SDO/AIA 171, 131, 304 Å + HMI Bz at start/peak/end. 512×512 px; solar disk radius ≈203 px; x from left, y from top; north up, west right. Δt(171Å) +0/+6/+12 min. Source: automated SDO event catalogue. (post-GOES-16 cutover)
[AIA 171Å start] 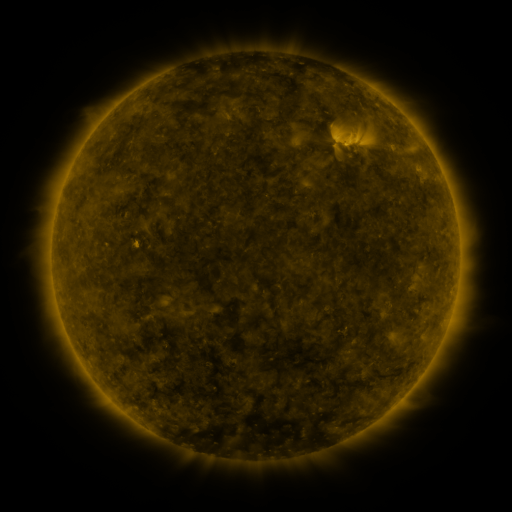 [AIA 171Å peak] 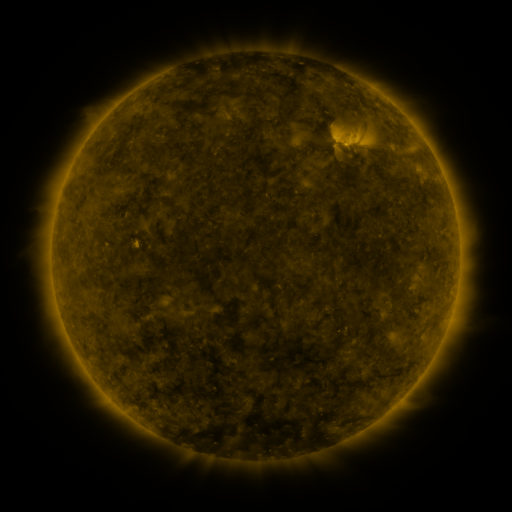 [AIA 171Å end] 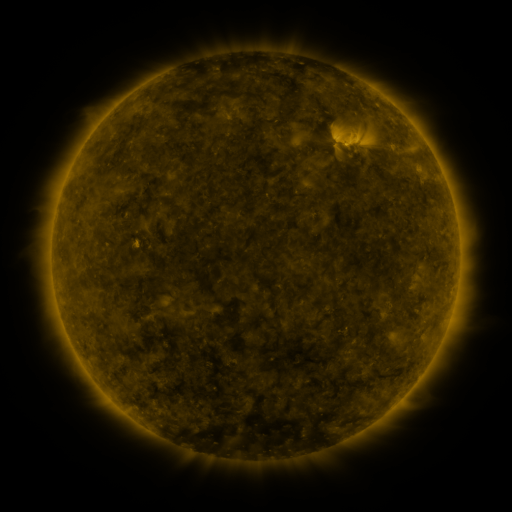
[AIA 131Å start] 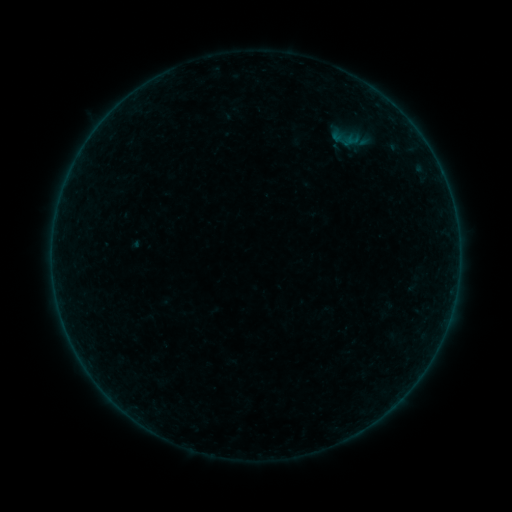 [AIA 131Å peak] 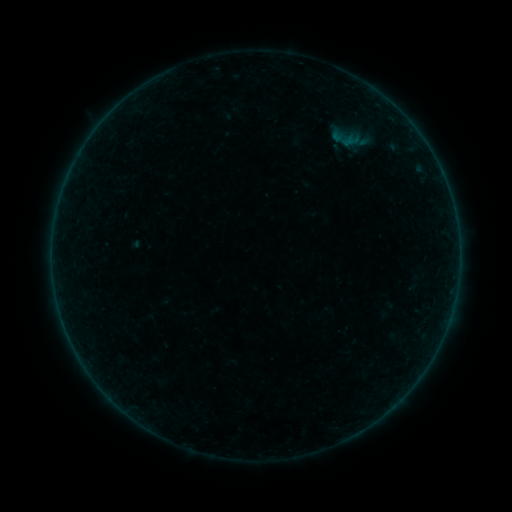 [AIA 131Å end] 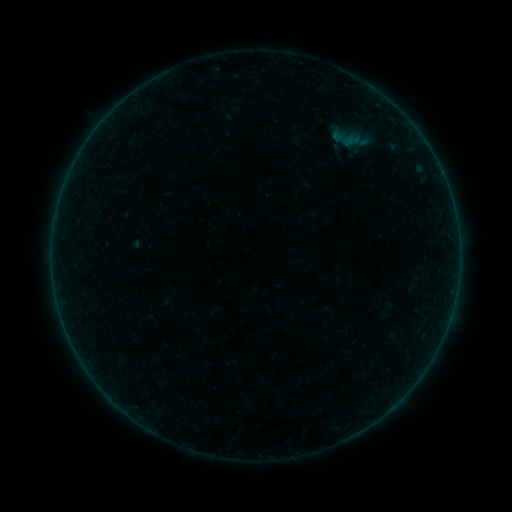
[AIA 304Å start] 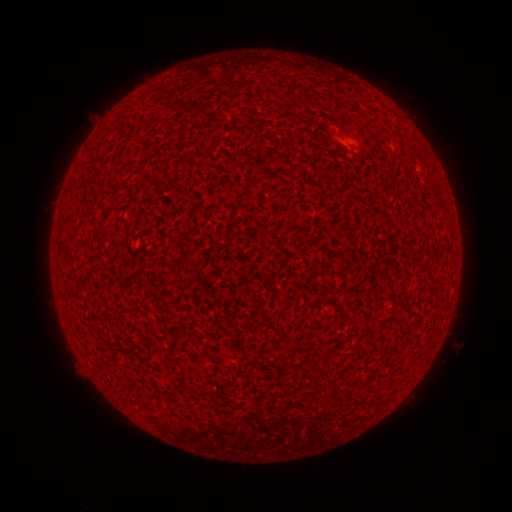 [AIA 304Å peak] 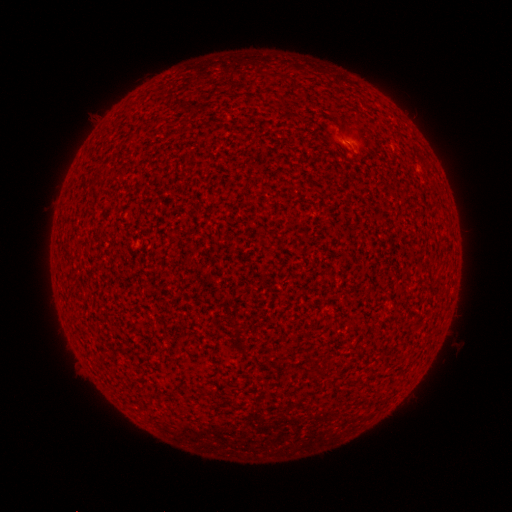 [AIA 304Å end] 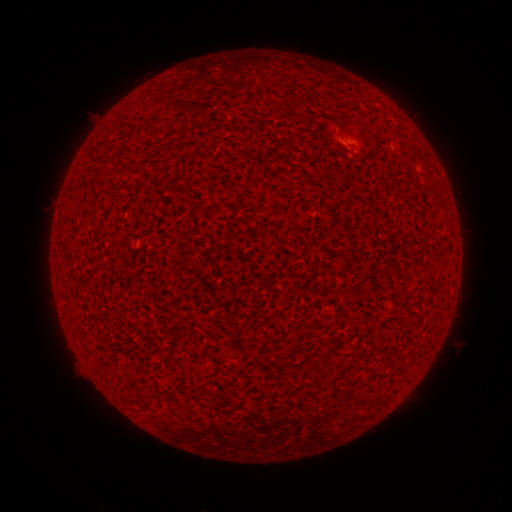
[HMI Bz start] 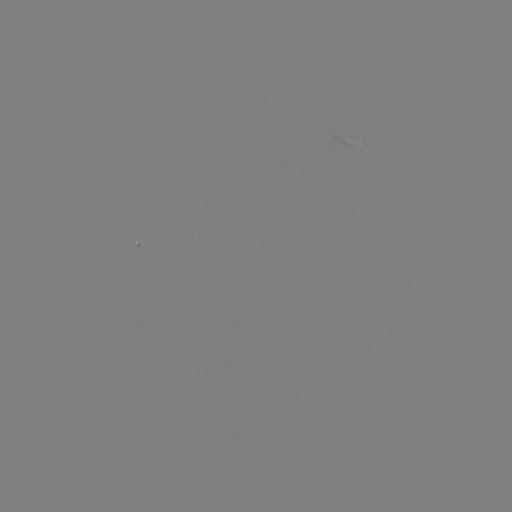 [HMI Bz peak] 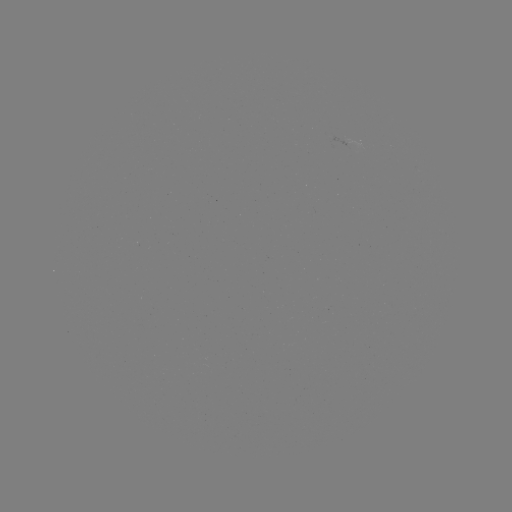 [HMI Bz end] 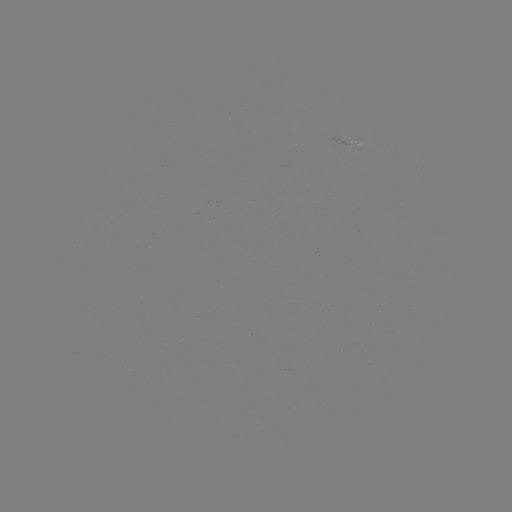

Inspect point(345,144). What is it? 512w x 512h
A2.4 flare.